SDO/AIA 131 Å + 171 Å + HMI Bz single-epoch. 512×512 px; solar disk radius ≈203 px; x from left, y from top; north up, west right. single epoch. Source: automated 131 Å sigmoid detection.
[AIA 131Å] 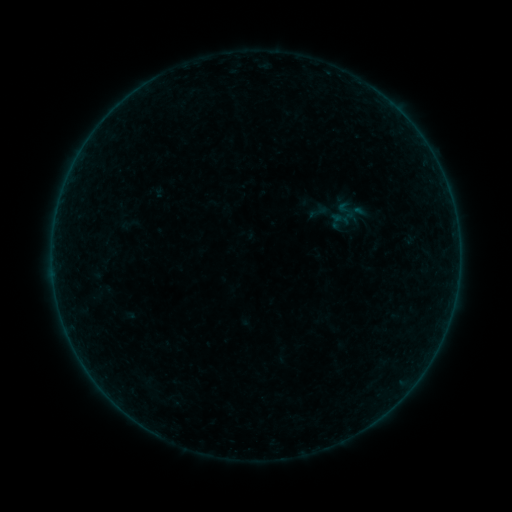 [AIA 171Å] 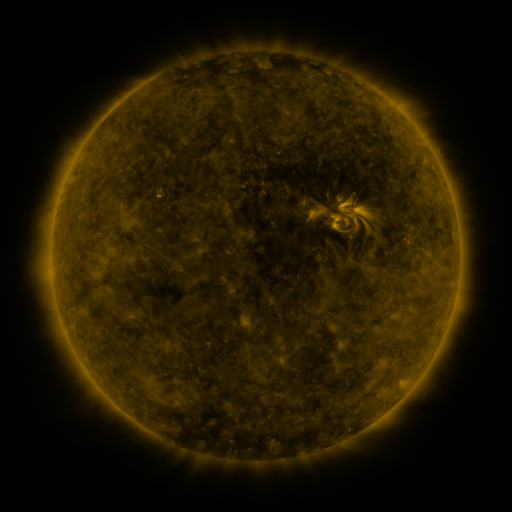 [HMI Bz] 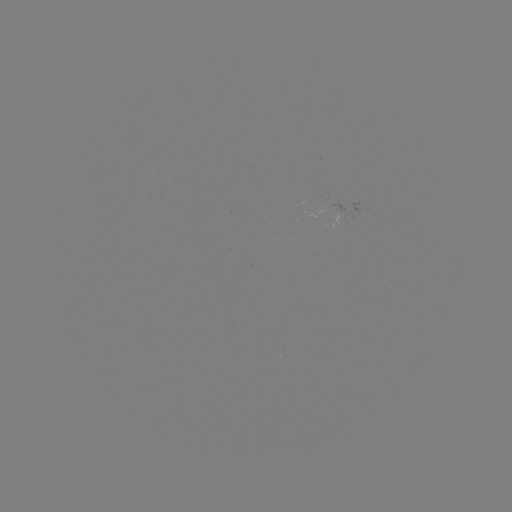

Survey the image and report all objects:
sigmoid: [307, 200, 329, 223]
